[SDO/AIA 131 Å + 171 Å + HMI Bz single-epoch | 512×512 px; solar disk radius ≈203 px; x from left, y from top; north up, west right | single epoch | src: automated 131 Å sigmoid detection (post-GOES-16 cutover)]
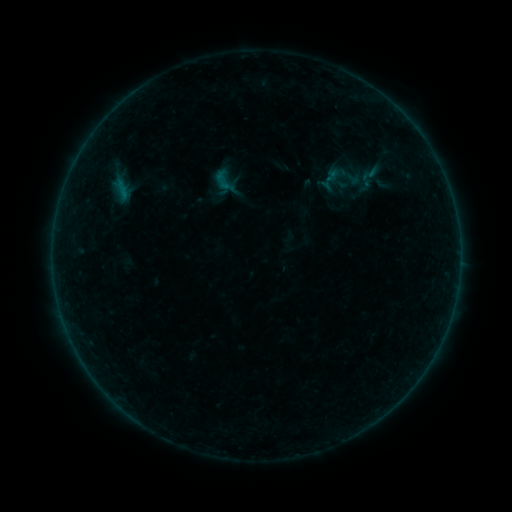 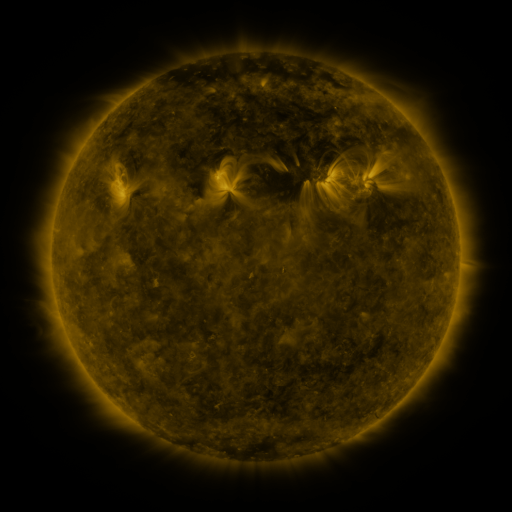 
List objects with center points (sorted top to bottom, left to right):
sigmoid: (370, 174)
sigmoid: (345, 176)
